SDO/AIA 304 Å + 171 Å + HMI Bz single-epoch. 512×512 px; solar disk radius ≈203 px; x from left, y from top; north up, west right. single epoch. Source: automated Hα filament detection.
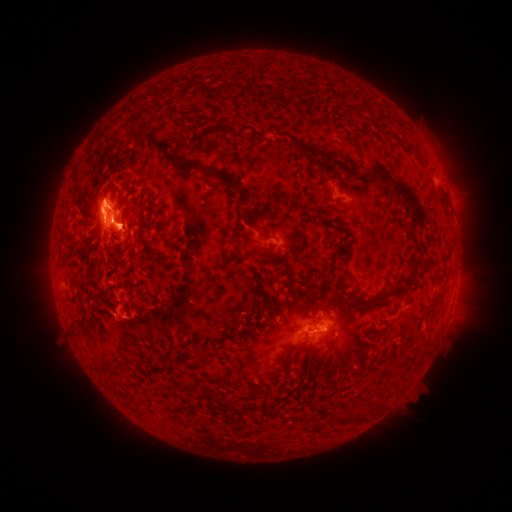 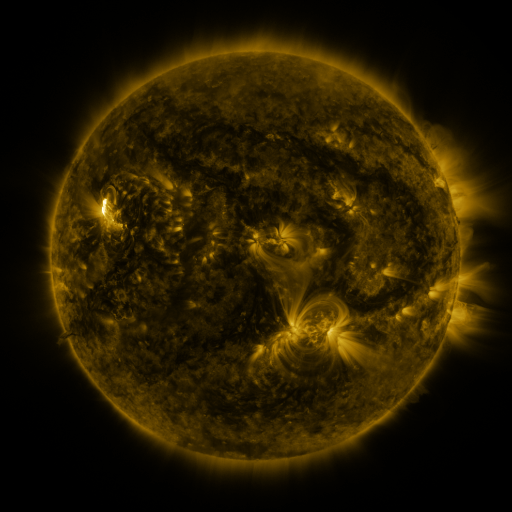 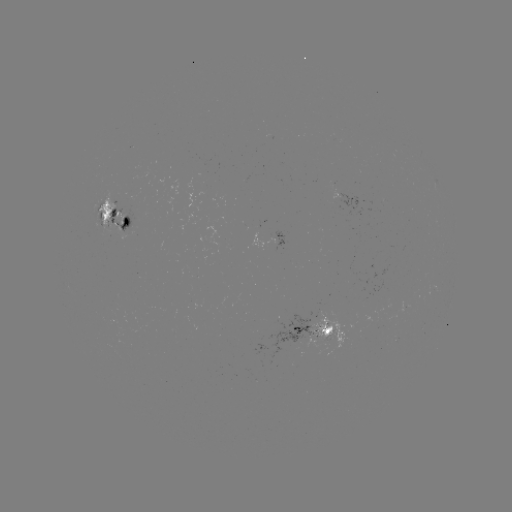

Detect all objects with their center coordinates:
filament: <bbox>354, 99, 365, 111</bbox>
filament: <bbox>127, 119, 137, 130</bbox>
filament: <bbox>235, 125, 248, 141</bbox>
filament: <bbox>371, 126, 384, 136</bbox>
filament: <bbox>133, 131, 141, 140</bbox>
filament: <bbox>388, 131, 403, 144</bbox>
filament: <bbox>283, 139, 310, 152</bbox>
filament: <bbox>149, 142, 171, 154</bbox>
filament: <bbox>167, 153, 237, 196</bbox>
filament: <bbox>325, 161, 337, 170</bbox>
filament: <bbox>359, 163, 426, 228</bbox>
filament: <bbox>235, 184, 253, 203</bbox>
filament: <bbox>322, 191, 330, 202</bbox>
filament: <bbox>127, 198, 146, 231</bbox>
filament: <bbox>239, 207, 271, 239</bbox>
filament: <bbox>81, 223, 91, 230</bbox>
filament: <bbox>83, 243, 93, 257</bbox>
filament: <bbox>340, 288, 400, 305</bbox>
filament: <bbox>74, 325, 88, 340</bbox>
filament: <bbox>419, 343, 430, 354</bbox>
filament: <bbox>308, 347, 315, 358</bbox>
filament: <bbox>205, 350, 214, 361</bbox>
